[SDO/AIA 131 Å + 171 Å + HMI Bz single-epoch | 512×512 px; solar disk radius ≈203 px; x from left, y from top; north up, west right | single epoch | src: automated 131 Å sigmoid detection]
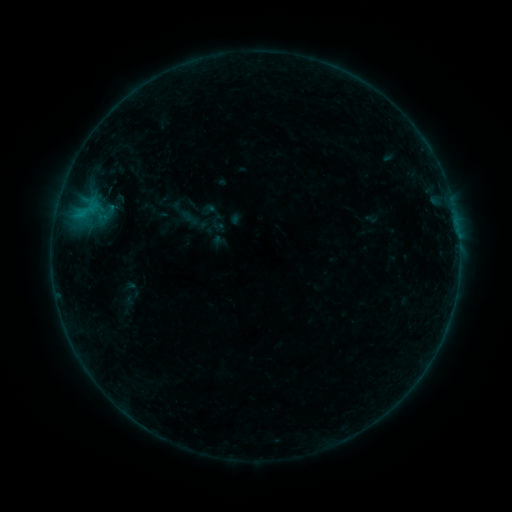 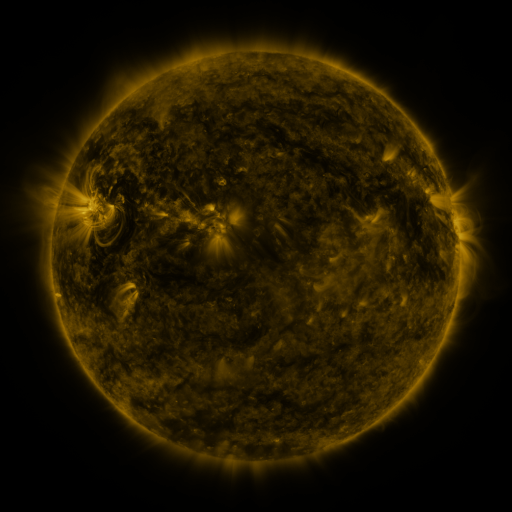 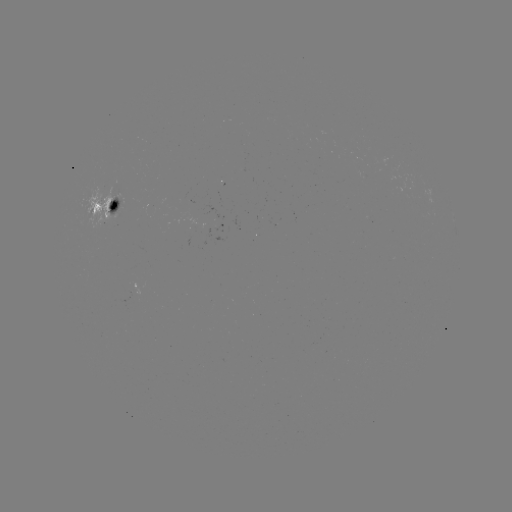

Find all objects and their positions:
sigmoid: (99, 203, 118, 222)
